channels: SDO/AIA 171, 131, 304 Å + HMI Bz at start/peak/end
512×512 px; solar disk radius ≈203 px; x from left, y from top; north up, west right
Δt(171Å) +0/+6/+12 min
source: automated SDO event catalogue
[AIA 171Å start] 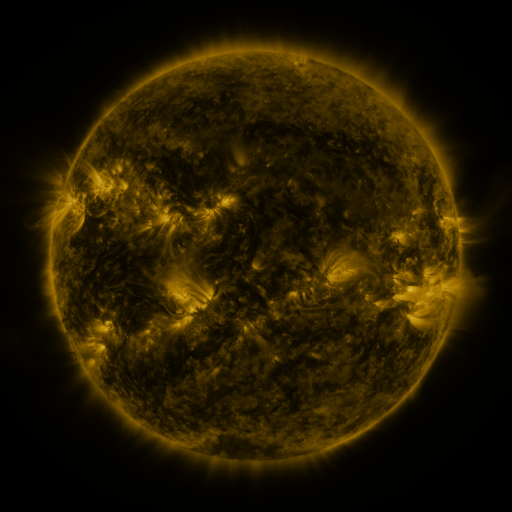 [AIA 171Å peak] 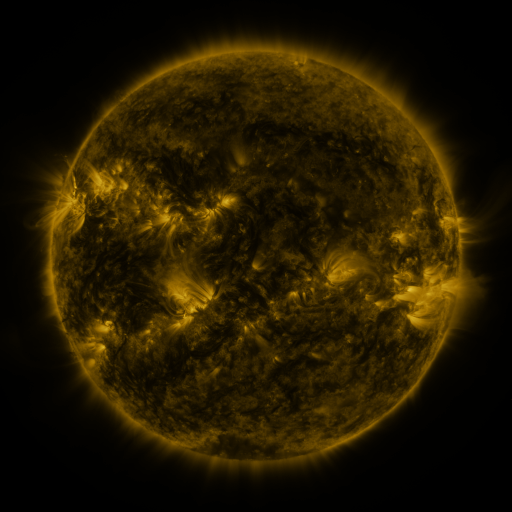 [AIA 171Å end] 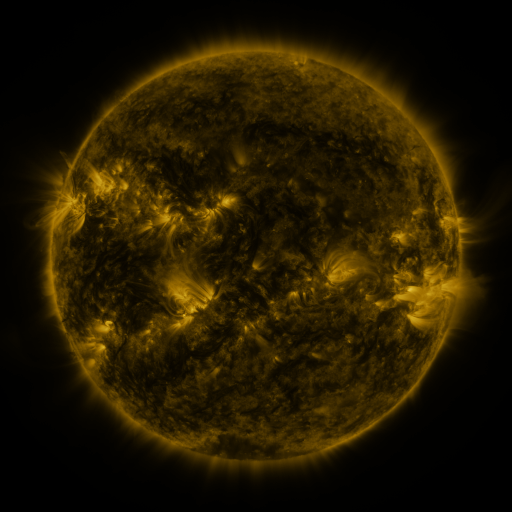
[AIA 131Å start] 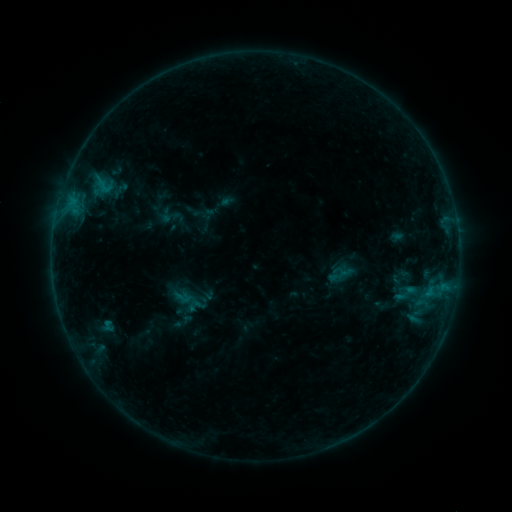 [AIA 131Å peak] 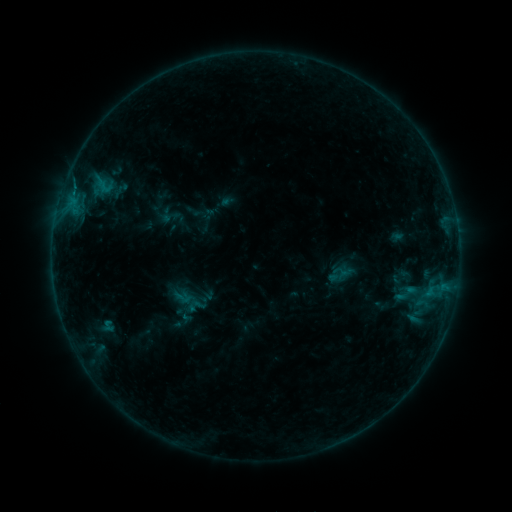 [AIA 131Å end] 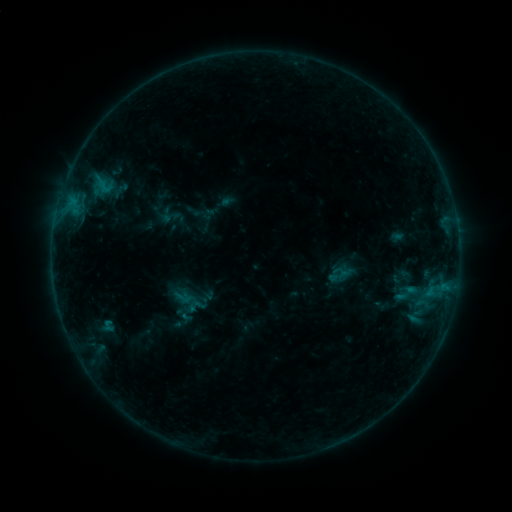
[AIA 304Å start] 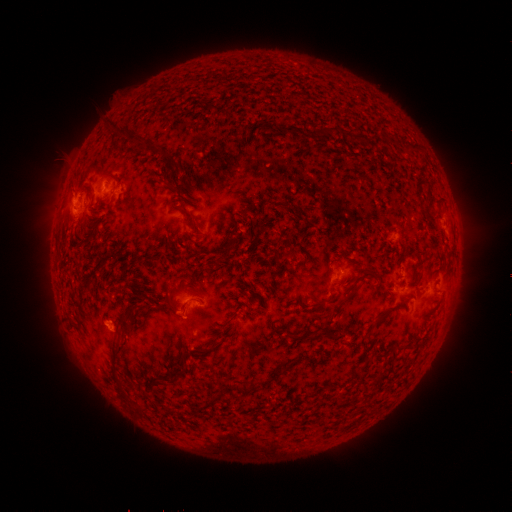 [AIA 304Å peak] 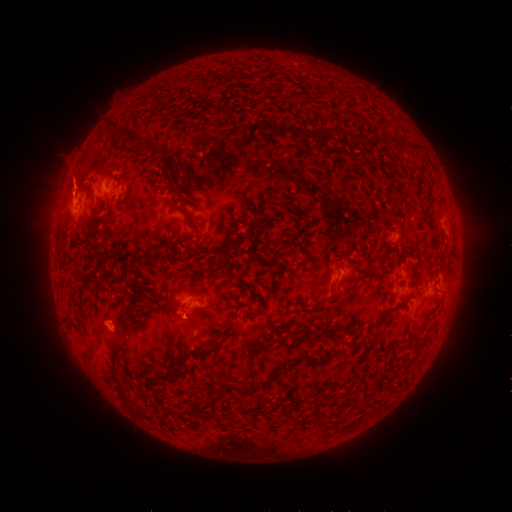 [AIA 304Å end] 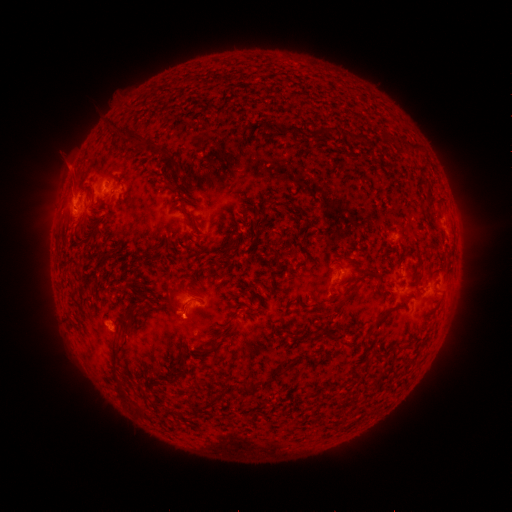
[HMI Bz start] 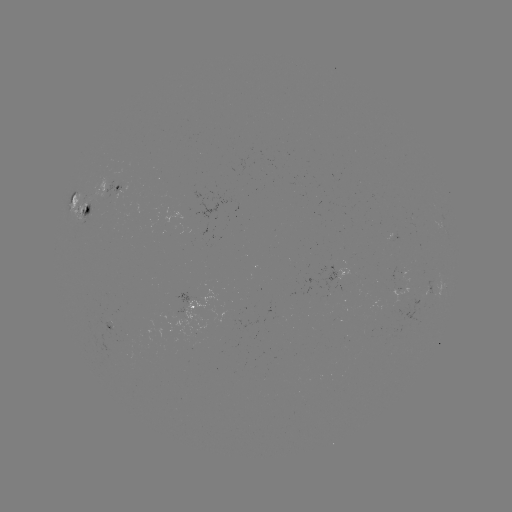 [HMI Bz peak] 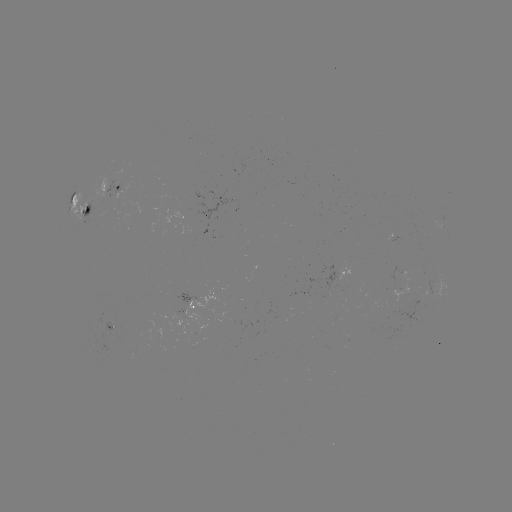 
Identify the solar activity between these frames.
eruption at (73, 180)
